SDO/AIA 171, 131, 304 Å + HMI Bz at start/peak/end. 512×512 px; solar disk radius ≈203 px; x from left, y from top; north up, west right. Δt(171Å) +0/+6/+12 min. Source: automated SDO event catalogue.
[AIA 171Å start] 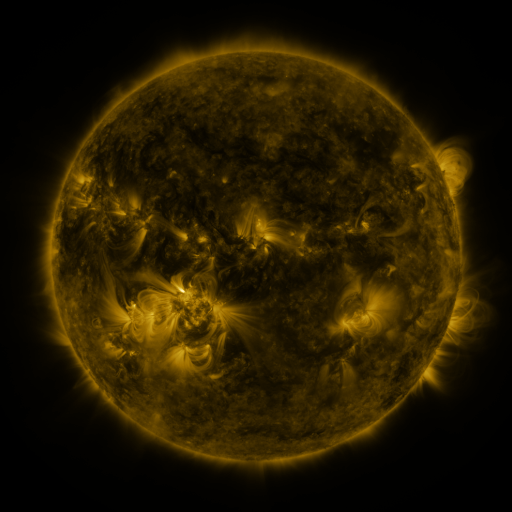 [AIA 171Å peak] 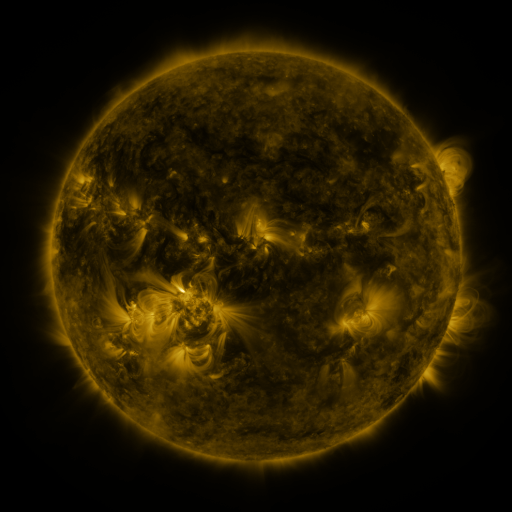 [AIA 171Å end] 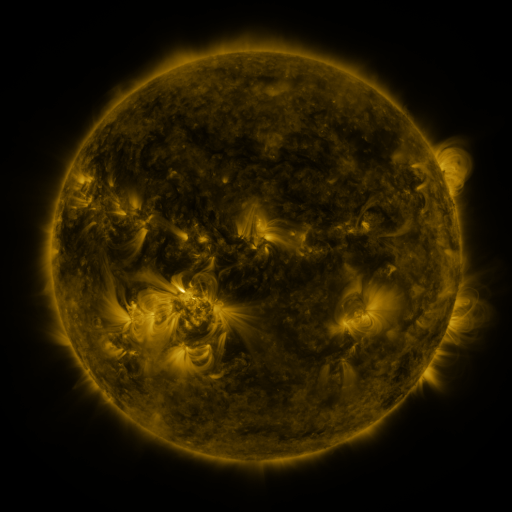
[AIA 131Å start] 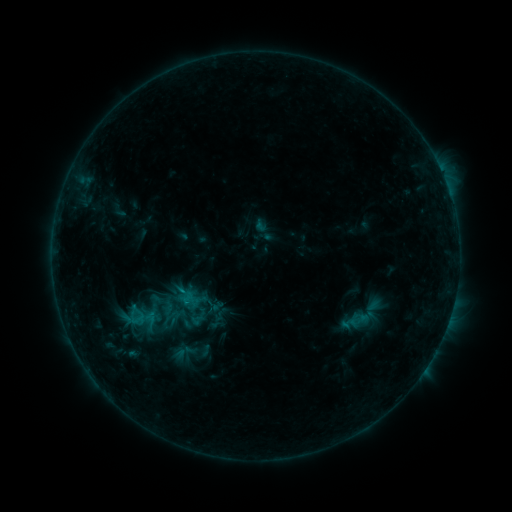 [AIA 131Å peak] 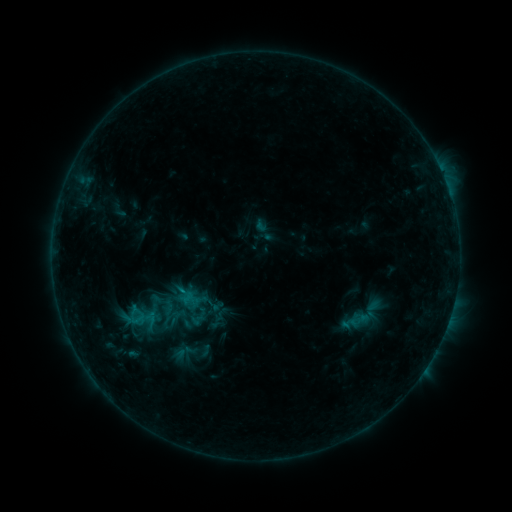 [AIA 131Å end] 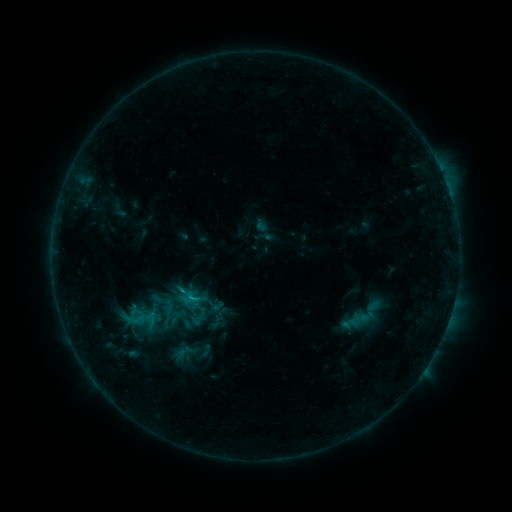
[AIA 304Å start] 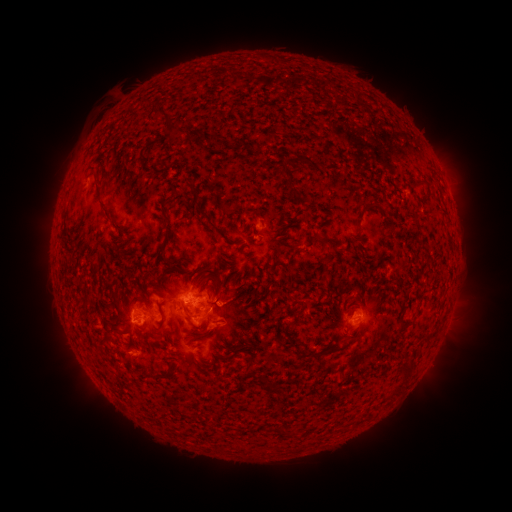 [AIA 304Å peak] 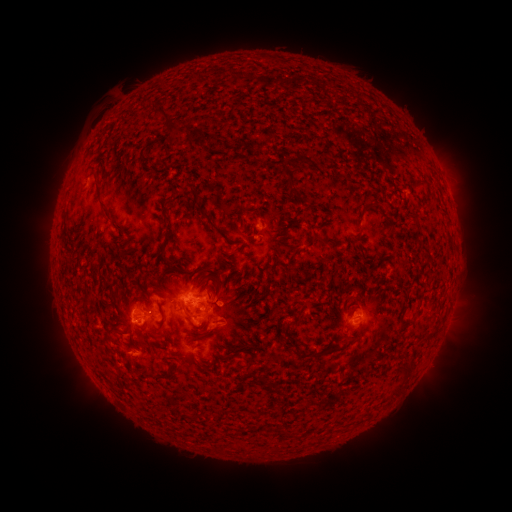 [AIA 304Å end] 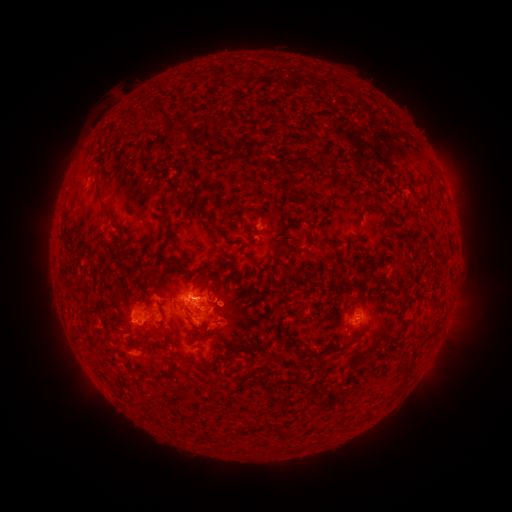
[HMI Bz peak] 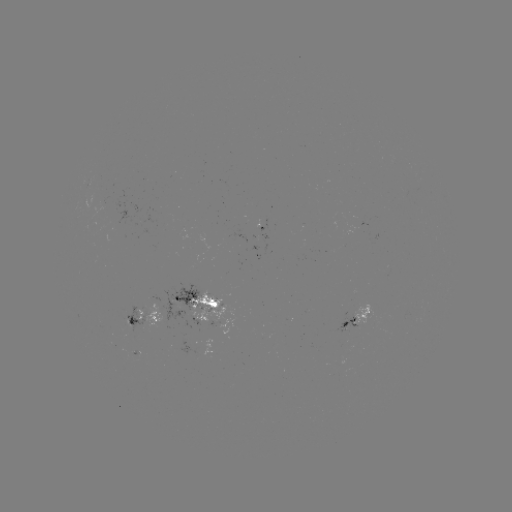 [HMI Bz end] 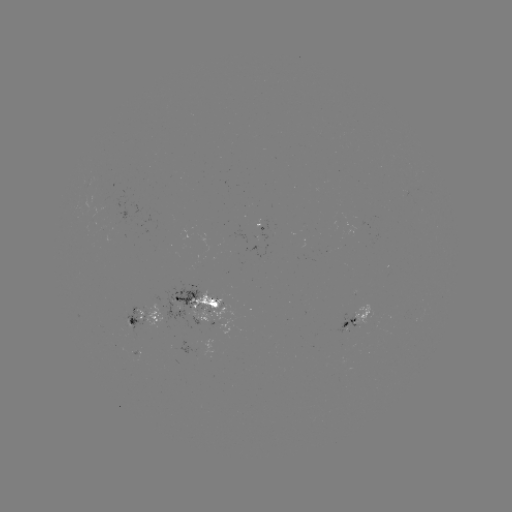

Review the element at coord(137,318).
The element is B7.6 flare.